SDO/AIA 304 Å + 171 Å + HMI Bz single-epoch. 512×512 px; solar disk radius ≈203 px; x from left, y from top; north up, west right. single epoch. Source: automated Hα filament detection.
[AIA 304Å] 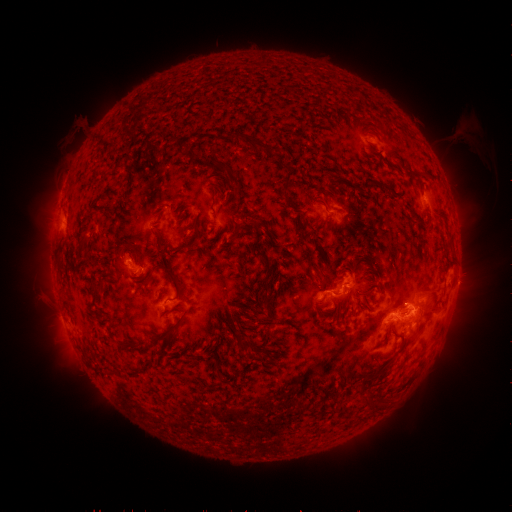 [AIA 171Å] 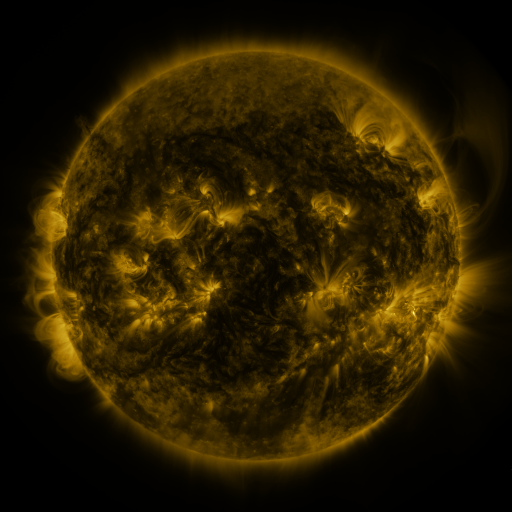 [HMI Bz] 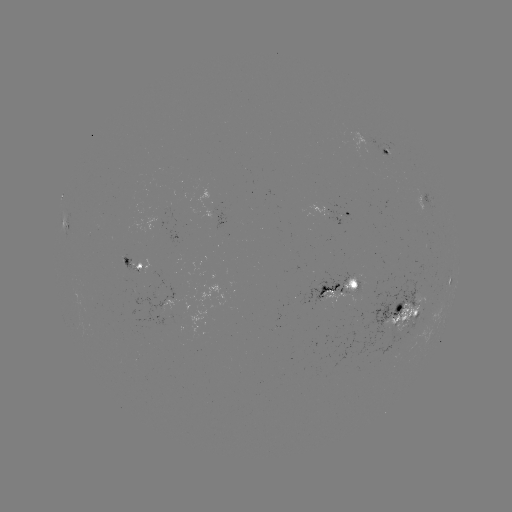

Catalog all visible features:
filament: [249, 136, 270, 152]
filament: [384, 186, 395, 196]
filament: [316, 198, 327, 207]
filament: [248, 217, 256, 227]
filament: [418, 238, 430, 251]
filament: [120, 240, 130, 247]
filament: [181, 242, 193, 250]
filament: [257, 252, 269, 263]
filament: [350, 259, 359, 268]
filament: [152, 261, 182, 290]
filament: [308, 264, 318, 272]
filament: [259, 281, 268, 292]
filament: [427, 291, 437, 307]
filament: [160, 319, 179, 340]
filament: [238, 337, 254, 350]
filament: [368, 373, 378, 381]
filament: [362, 397, 372, 408]
